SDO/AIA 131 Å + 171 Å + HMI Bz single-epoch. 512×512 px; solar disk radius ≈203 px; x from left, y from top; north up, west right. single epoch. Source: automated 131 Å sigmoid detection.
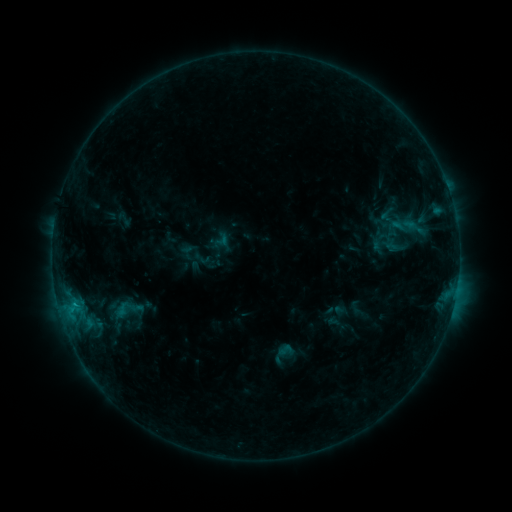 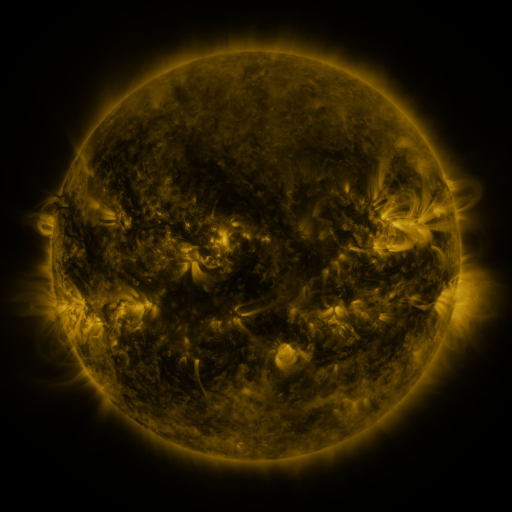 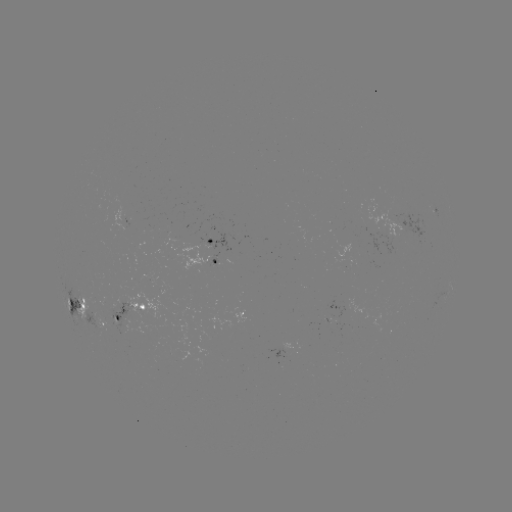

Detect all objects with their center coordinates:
sigmoid: <bbox>107, 290, 147, 329</bbox>
sigmoid: <bbox>277, 341, 295, 360</bbox>
